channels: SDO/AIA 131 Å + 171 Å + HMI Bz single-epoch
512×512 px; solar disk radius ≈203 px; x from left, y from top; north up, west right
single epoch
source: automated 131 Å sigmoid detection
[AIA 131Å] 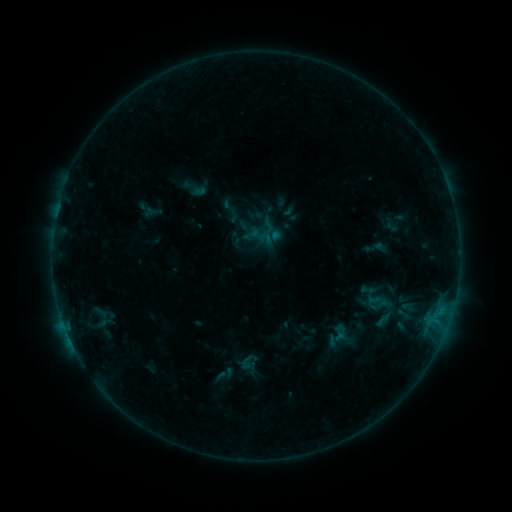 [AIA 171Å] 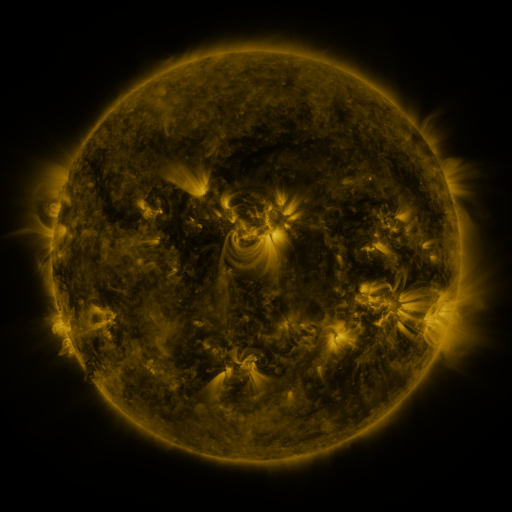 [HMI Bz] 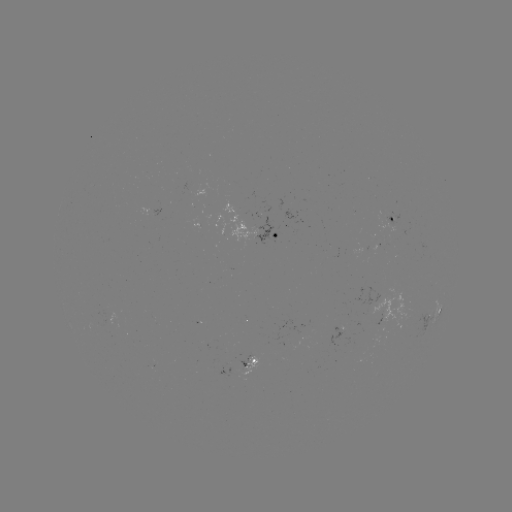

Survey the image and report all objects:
sigmoid: <bbox>257, 230, 274, 246</bbox>
